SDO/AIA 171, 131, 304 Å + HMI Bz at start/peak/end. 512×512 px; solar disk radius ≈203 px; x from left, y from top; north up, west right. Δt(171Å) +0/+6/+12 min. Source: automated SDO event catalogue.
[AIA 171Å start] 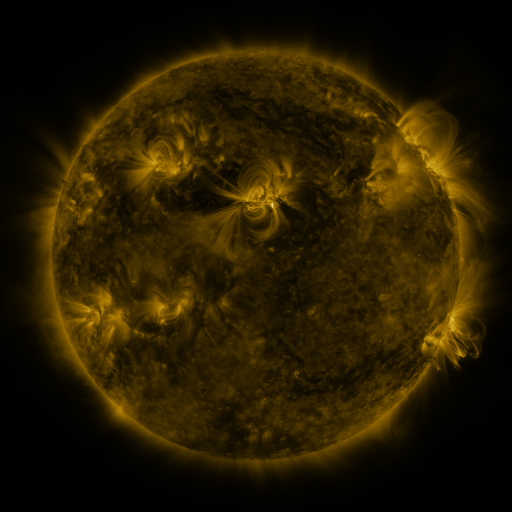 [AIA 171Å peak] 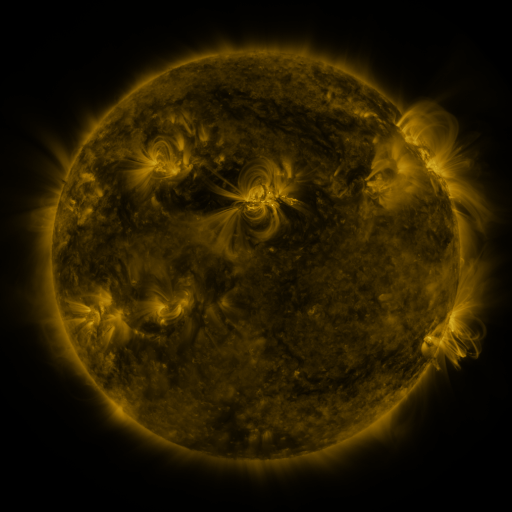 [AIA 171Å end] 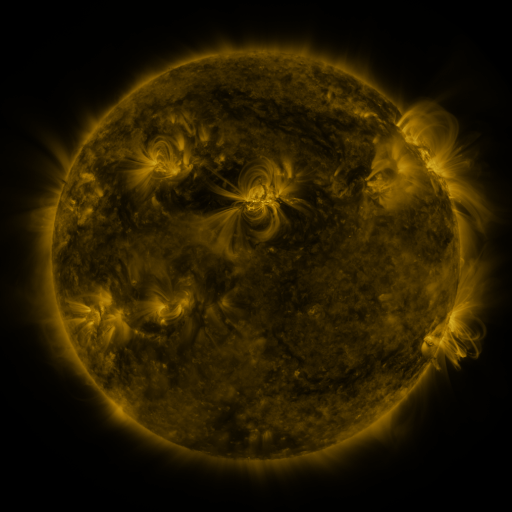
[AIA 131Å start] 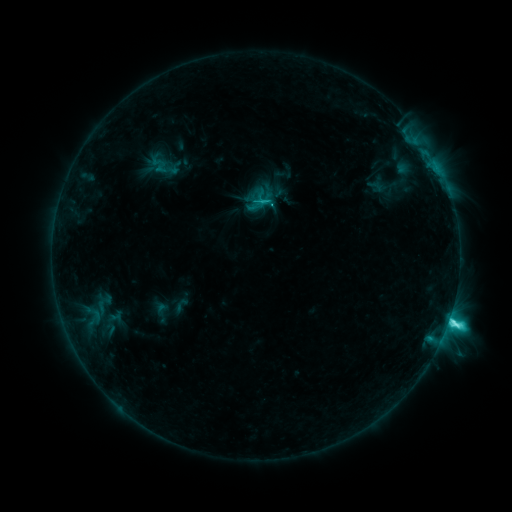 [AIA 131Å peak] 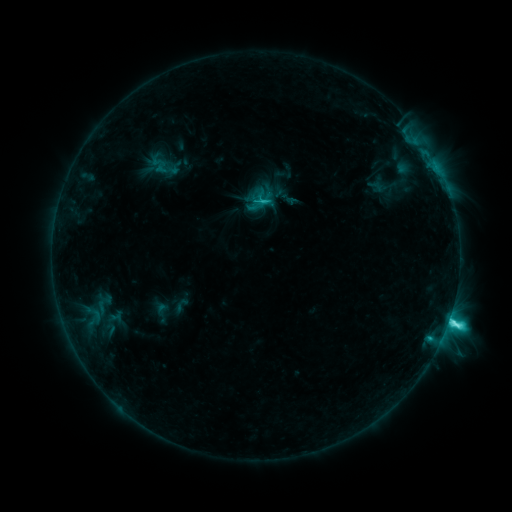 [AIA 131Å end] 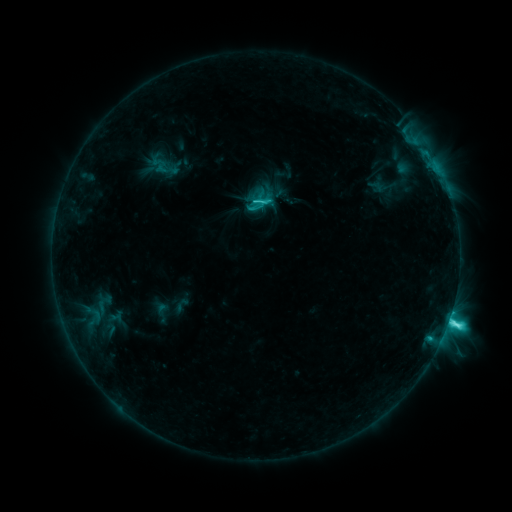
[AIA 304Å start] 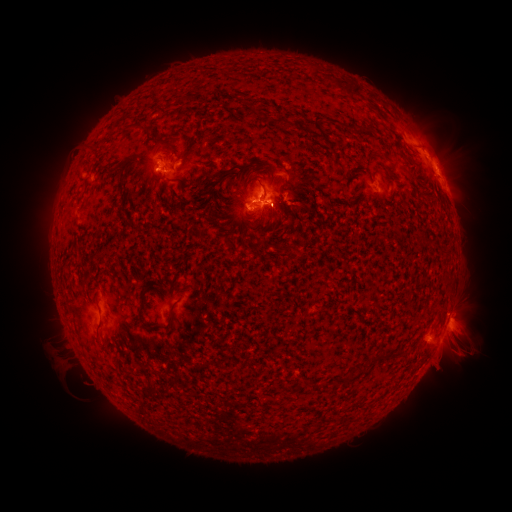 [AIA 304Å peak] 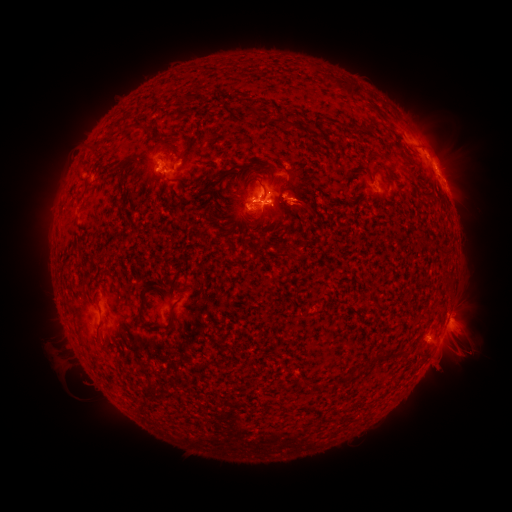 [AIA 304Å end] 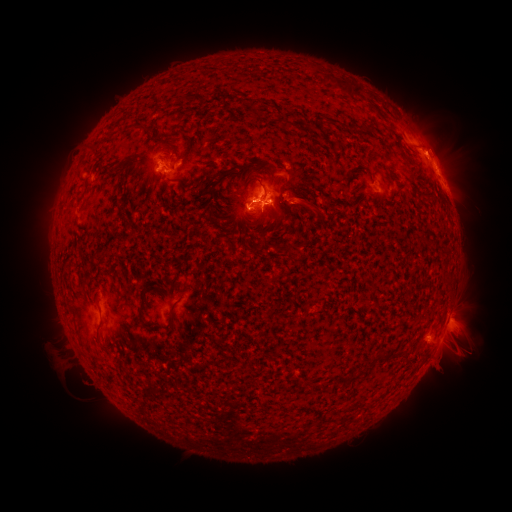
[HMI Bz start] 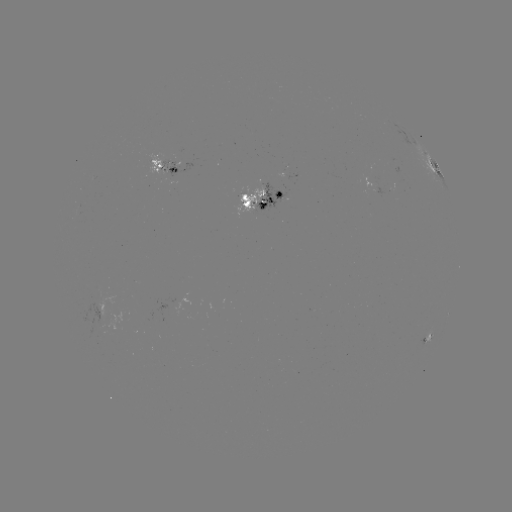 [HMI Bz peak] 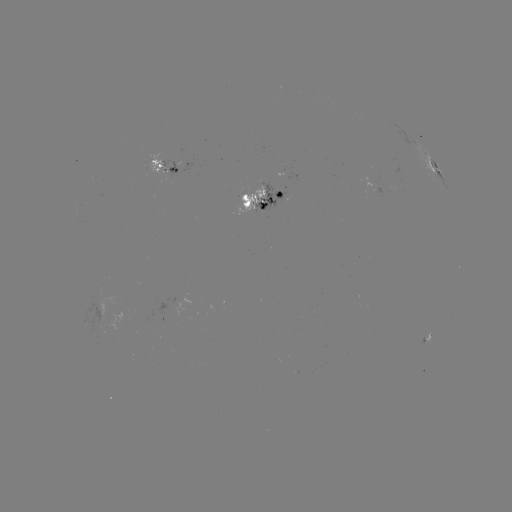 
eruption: [275, 171, 327, 241]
